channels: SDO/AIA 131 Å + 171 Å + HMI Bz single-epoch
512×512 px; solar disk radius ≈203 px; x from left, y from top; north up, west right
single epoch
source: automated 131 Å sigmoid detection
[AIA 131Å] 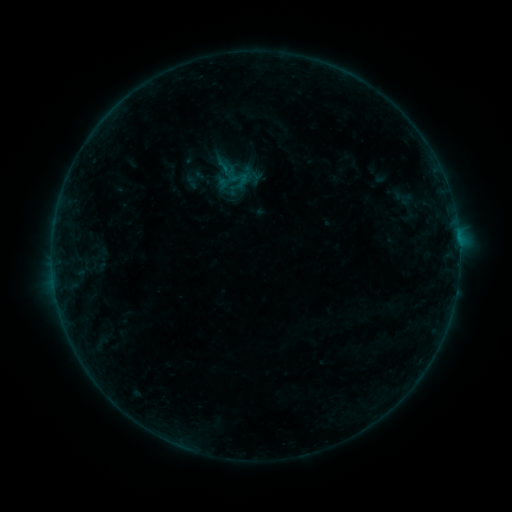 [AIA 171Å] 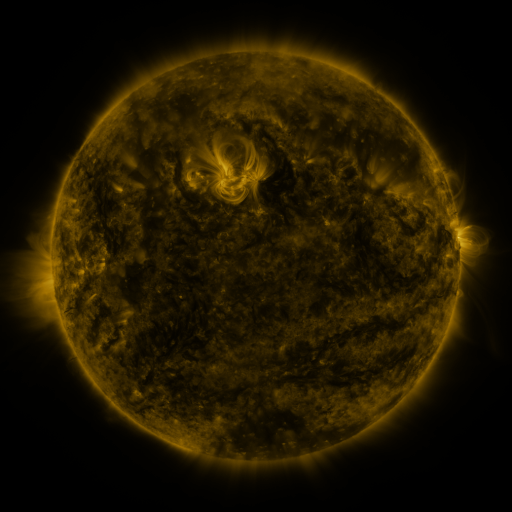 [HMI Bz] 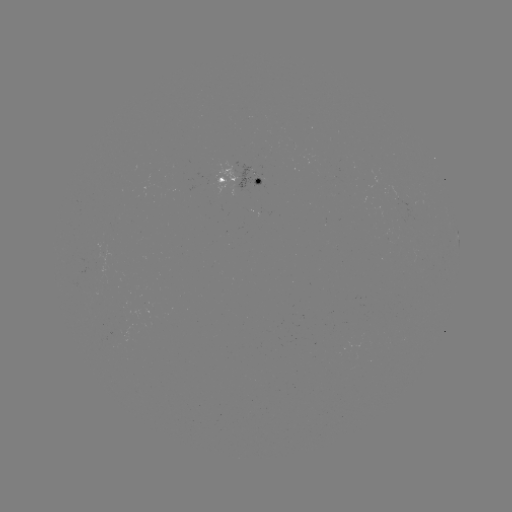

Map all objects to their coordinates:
sigmoid: <bbox>213, 155, 232, 174</bbox>
